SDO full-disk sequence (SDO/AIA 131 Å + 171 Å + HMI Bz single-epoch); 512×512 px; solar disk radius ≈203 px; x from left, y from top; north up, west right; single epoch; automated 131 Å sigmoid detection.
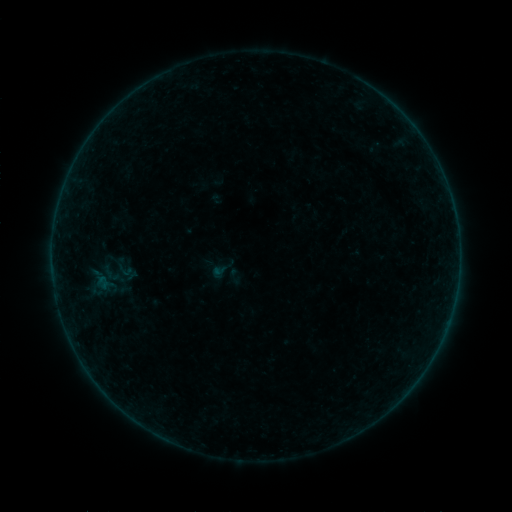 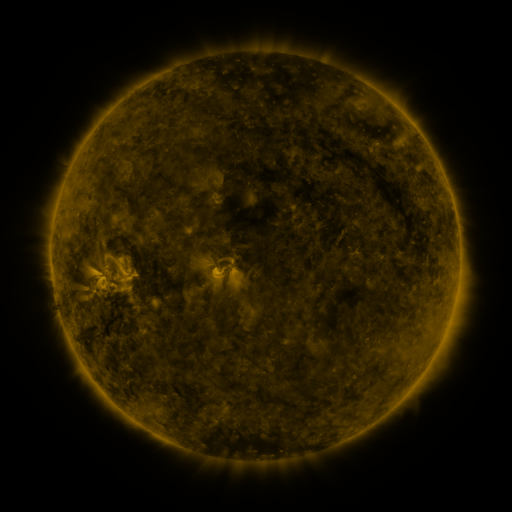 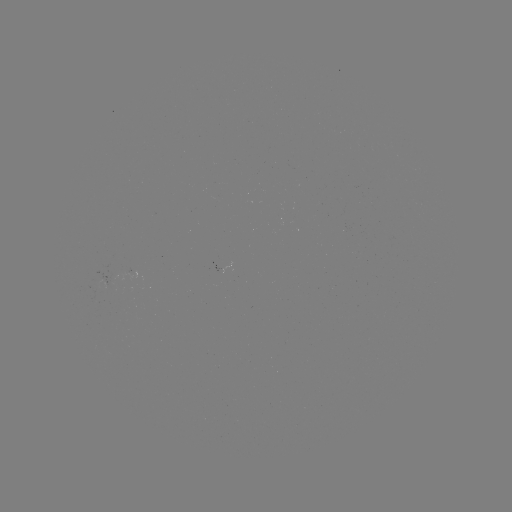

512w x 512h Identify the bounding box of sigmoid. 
[108, 253, 142, 285].